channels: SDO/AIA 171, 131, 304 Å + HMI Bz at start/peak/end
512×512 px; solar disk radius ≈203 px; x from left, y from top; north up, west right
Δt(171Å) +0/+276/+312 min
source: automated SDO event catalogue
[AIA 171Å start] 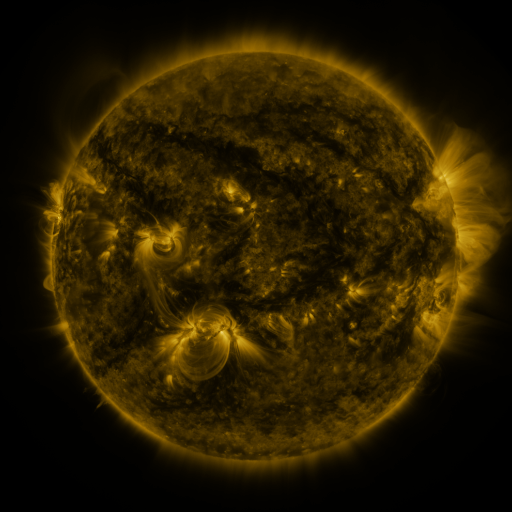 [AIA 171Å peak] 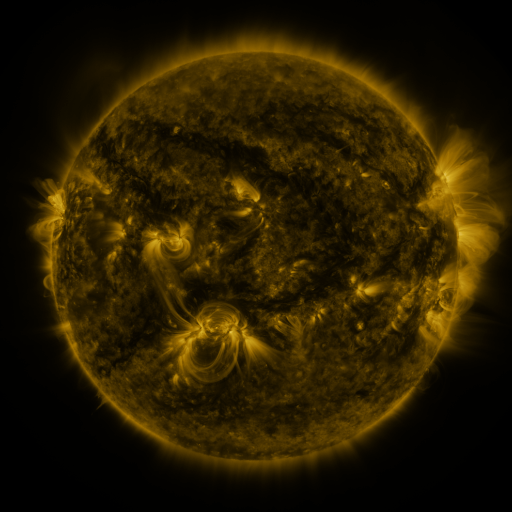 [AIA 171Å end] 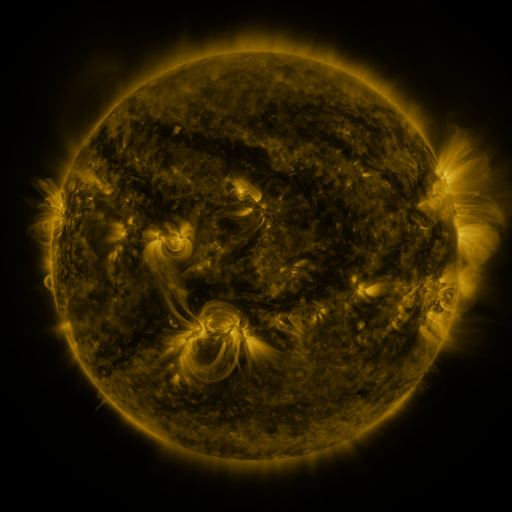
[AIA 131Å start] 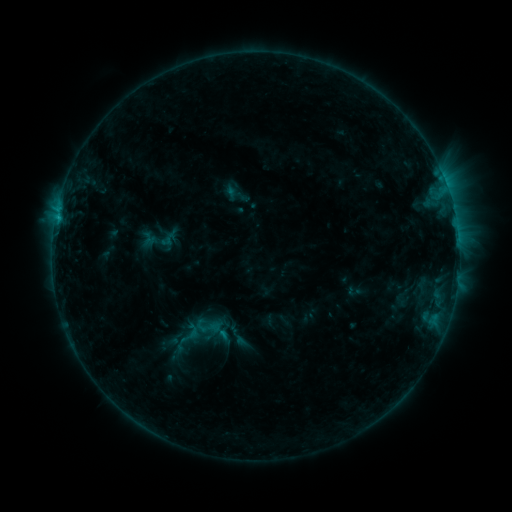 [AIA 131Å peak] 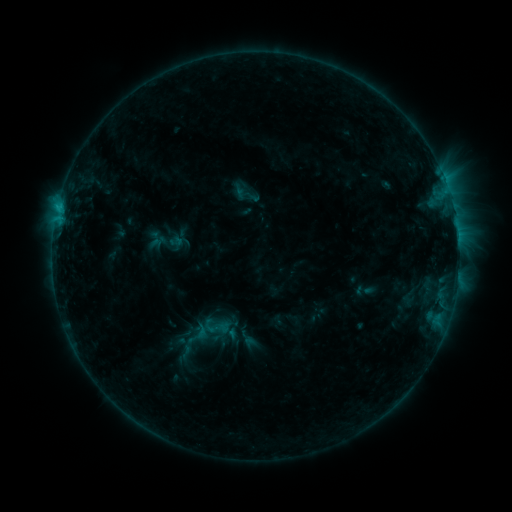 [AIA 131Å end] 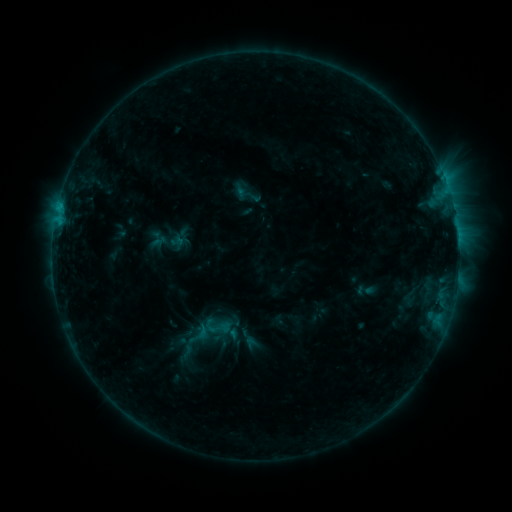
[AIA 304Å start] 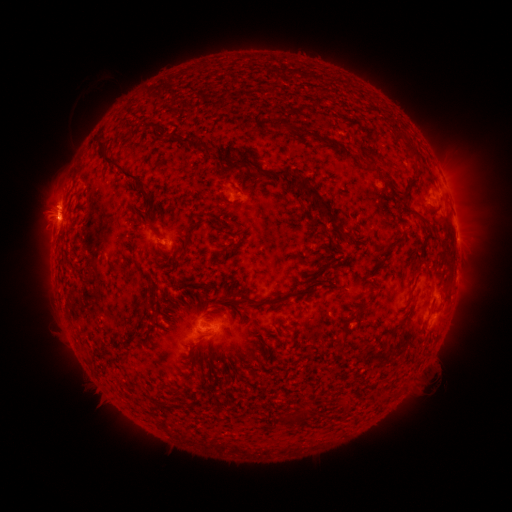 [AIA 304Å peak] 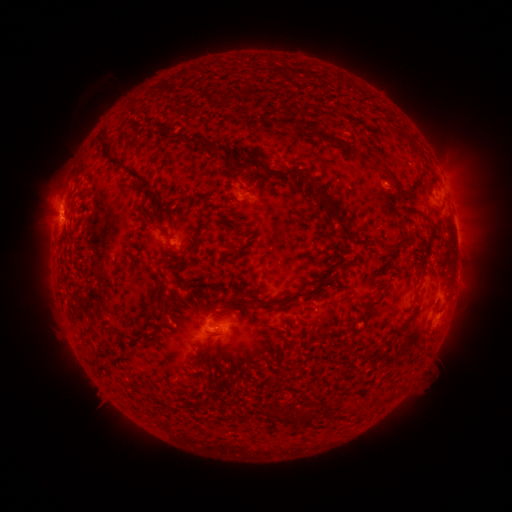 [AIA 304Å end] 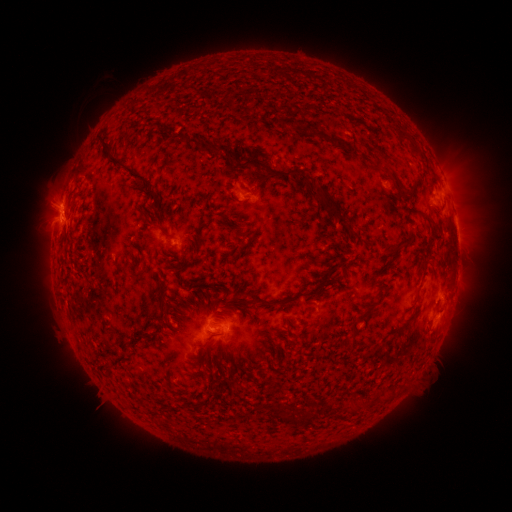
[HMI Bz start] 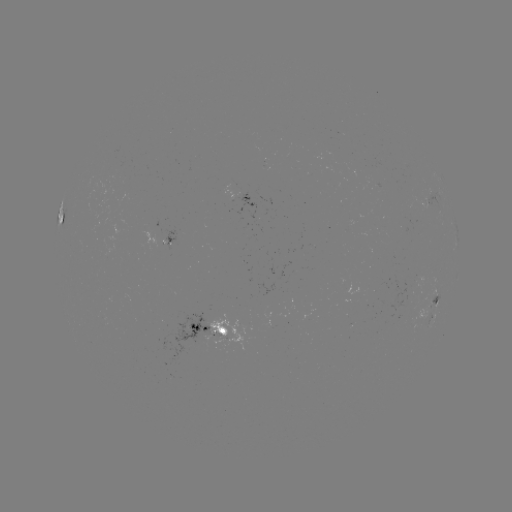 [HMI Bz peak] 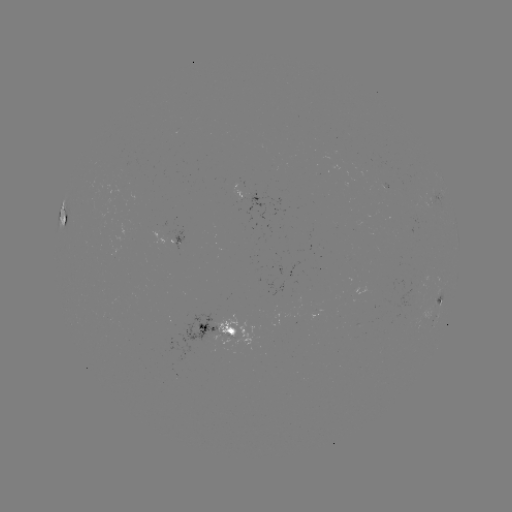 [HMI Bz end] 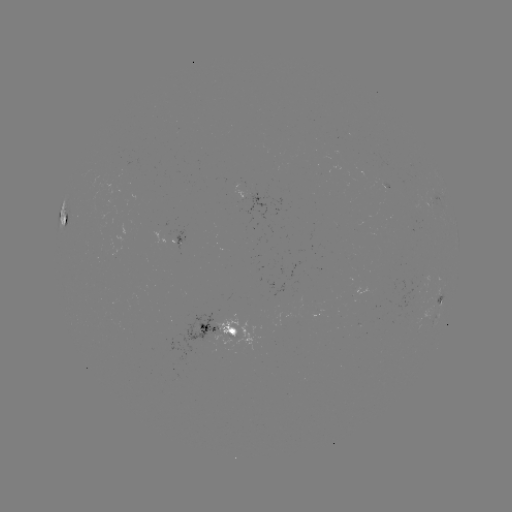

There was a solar emerging-flux region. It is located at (422, 281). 